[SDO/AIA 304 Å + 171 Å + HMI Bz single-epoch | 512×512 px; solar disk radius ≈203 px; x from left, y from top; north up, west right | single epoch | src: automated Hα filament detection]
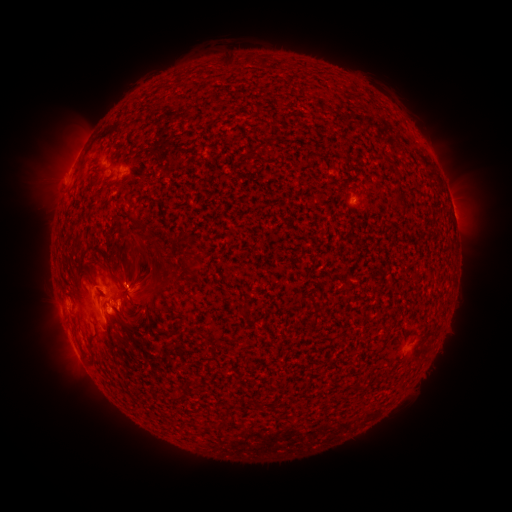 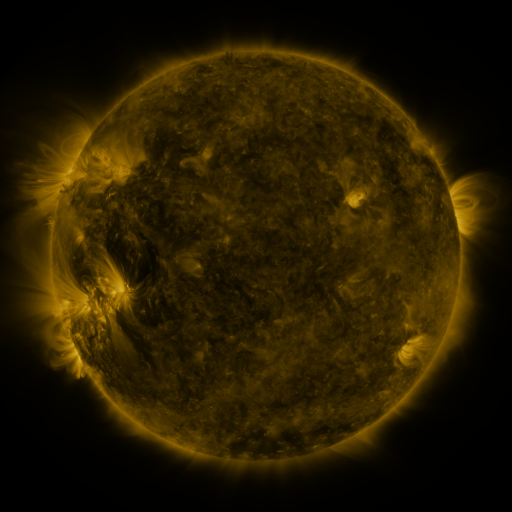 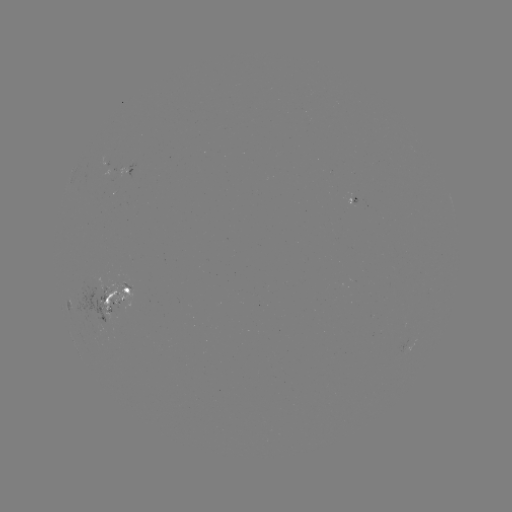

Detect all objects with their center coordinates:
filament: (219, 58, 236, 70)
filament: (392, 192, 406, 213)
filament: (129, 264, 147, 289)
filament: (84, 273, 94, 282)
filament: (154, 277, 168, 291)
filament: (322, 297, 329, 306)
filament: (239, 301, 250, 314)
filament: (123, 312, 138, 323)
filament: (173, 392, 185, 401)
